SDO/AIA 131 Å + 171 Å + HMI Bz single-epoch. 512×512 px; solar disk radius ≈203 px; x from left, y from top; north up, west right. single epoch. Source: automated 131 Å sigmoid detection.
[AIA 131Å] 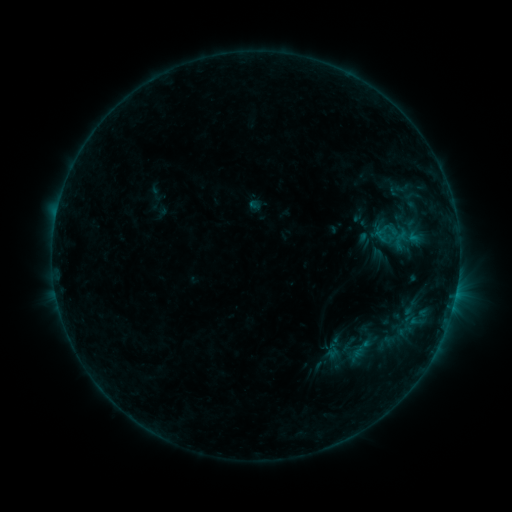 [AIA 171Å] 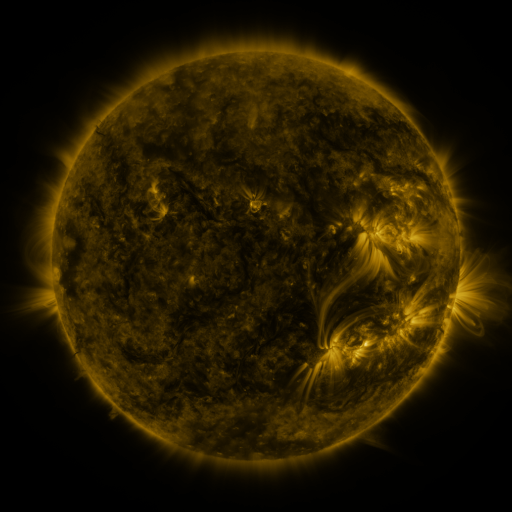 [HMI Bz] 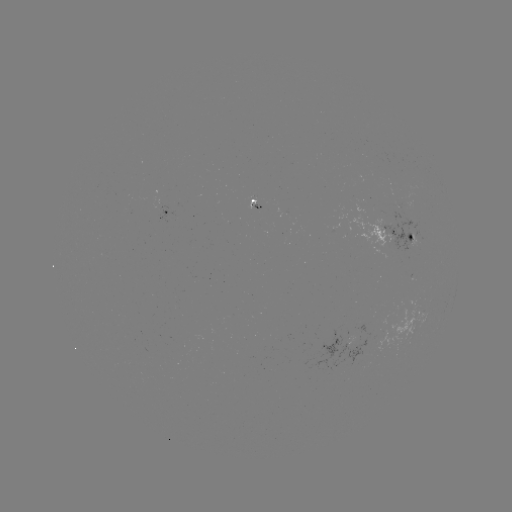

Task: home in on sigmoid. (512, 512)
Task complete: [400, 190].